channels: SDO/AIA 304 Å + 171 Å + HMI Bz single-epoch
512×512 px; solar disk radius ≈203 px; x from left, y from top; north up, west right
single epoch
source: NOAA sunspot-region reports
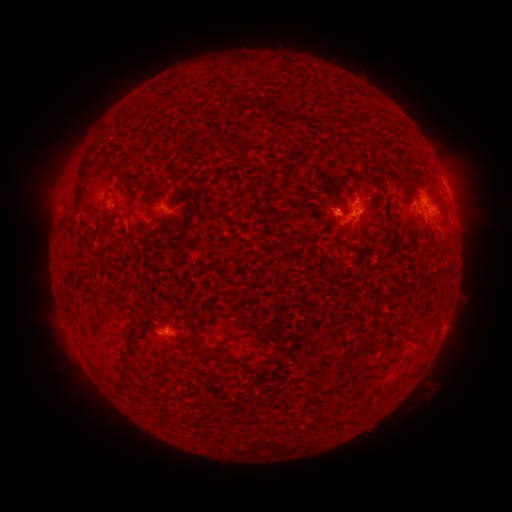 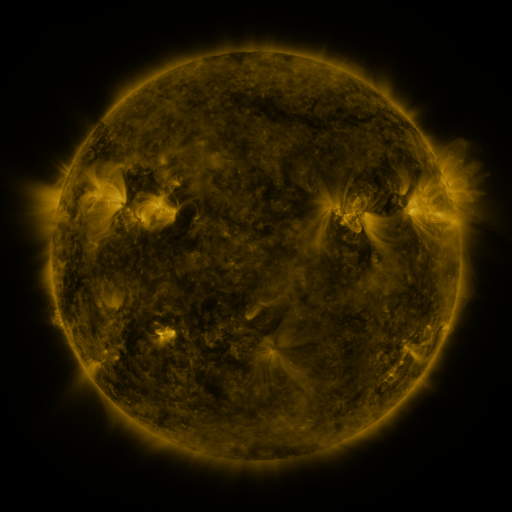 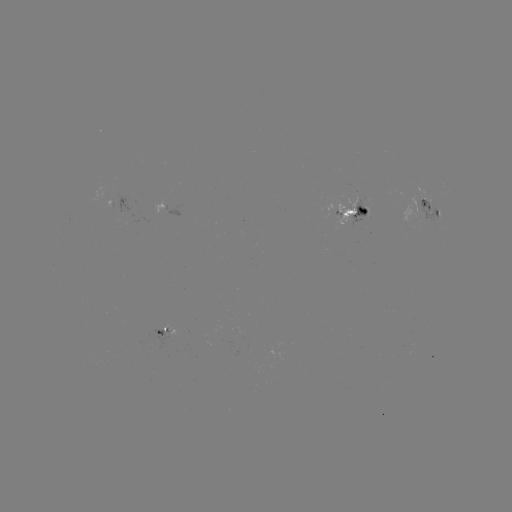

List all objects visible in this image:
spotted active region: (448, 189)
spotted active region: (167, 215)
spotted active region: (433, 216)
spotted active region: (357, 217)
spotted active region: (170, 333)
